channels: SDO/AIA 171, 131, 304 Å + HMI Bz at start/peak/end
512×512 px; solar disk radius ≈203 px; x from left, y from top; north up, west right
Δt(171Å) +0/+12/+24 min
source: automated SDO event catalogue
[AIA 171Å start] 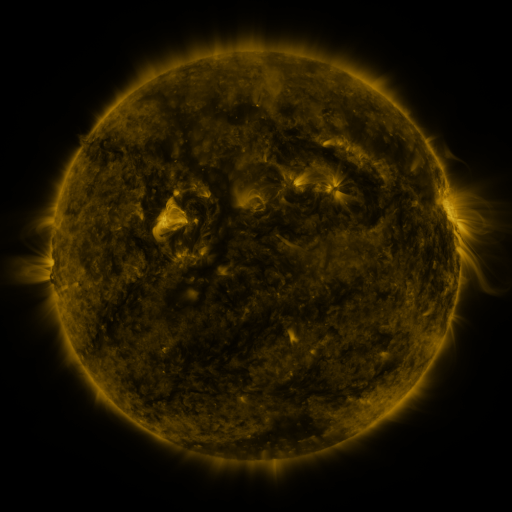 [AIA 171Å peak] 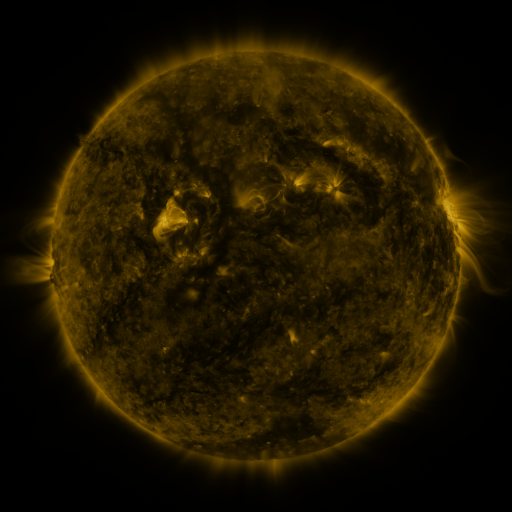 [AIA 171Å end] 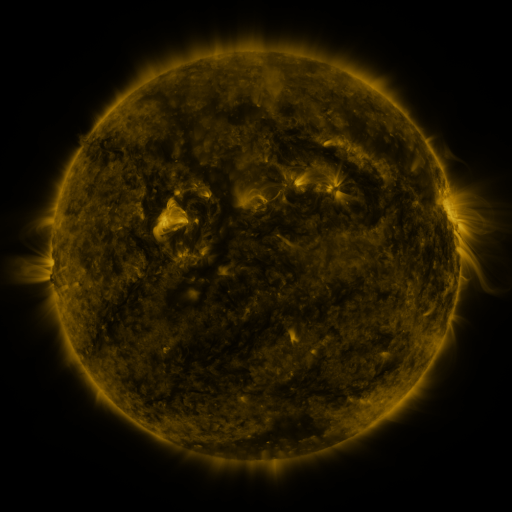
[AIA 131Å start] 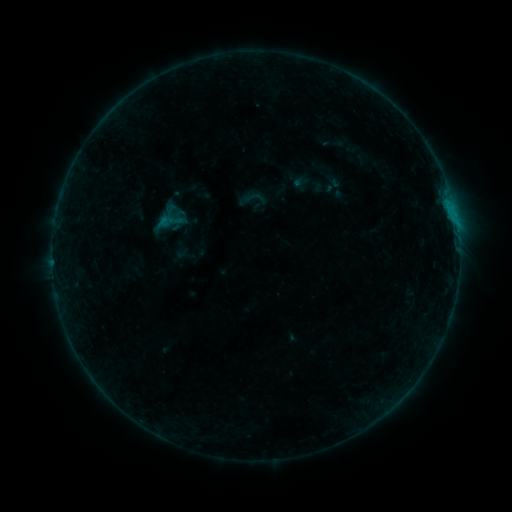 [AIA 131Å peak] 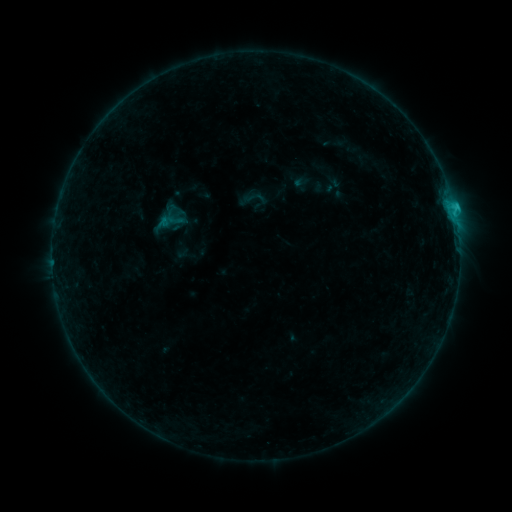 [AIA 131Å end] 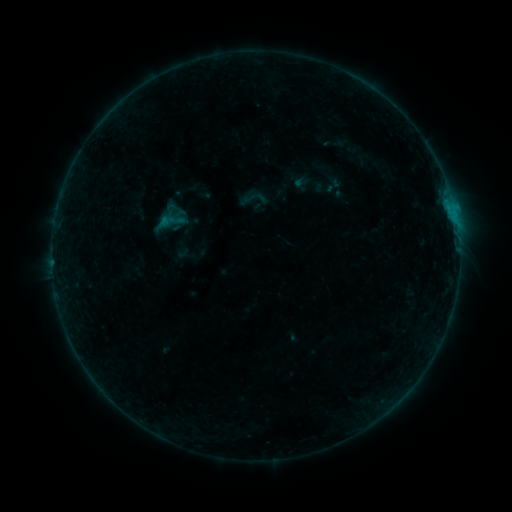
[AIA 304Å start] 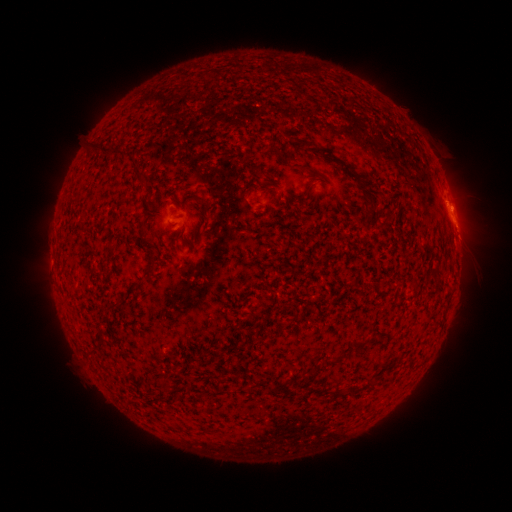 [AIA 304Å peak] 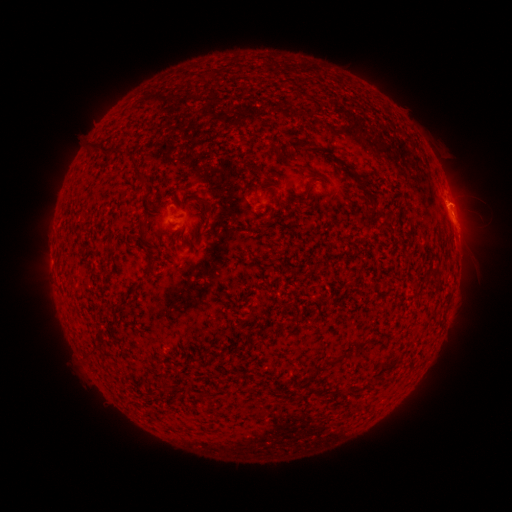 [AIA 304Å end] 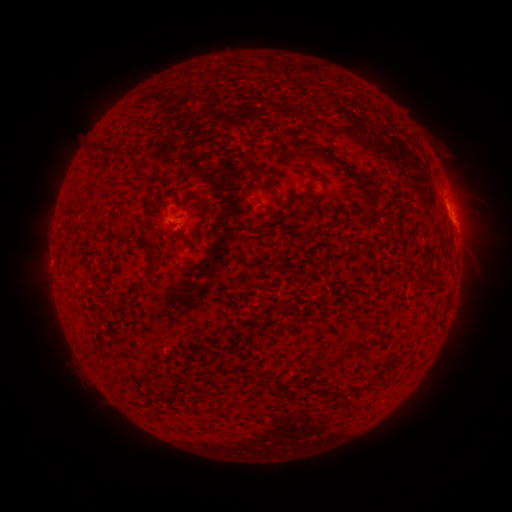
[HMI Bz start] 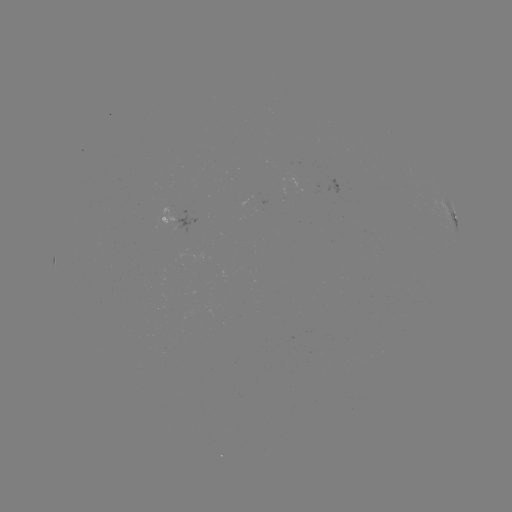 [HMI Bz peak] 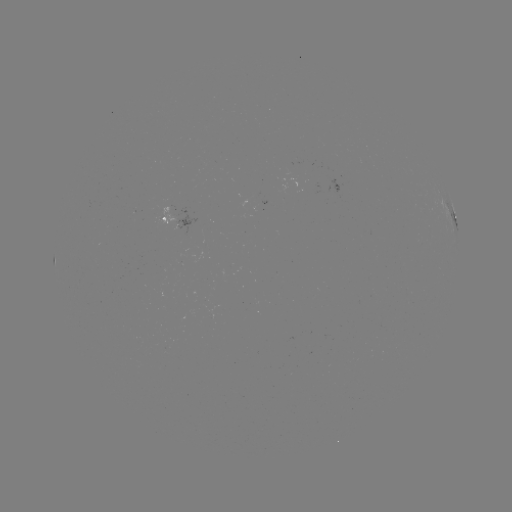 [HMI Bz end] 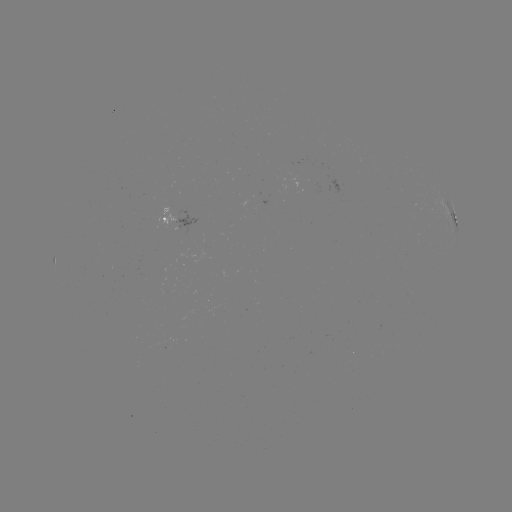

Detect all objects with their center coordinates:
B8.5 flare: (453, 209)
